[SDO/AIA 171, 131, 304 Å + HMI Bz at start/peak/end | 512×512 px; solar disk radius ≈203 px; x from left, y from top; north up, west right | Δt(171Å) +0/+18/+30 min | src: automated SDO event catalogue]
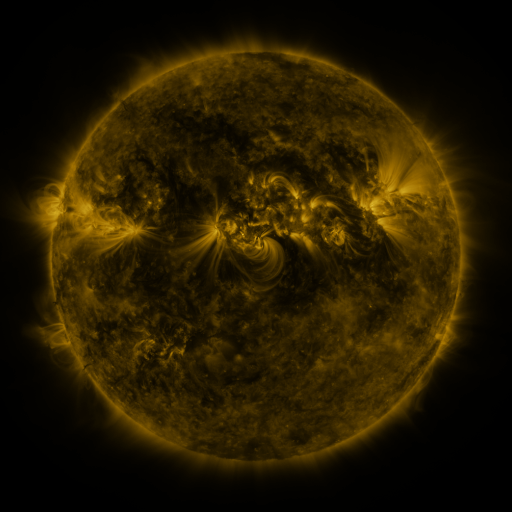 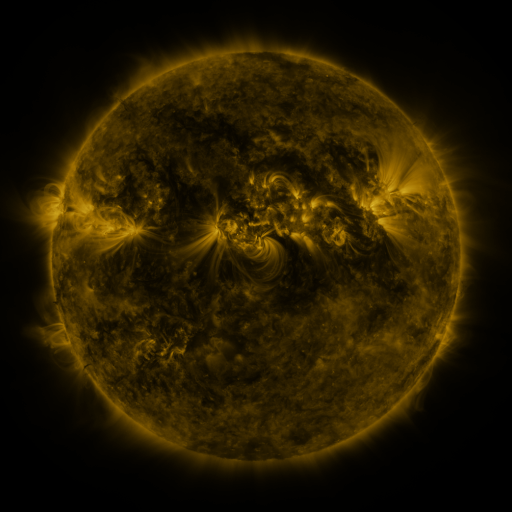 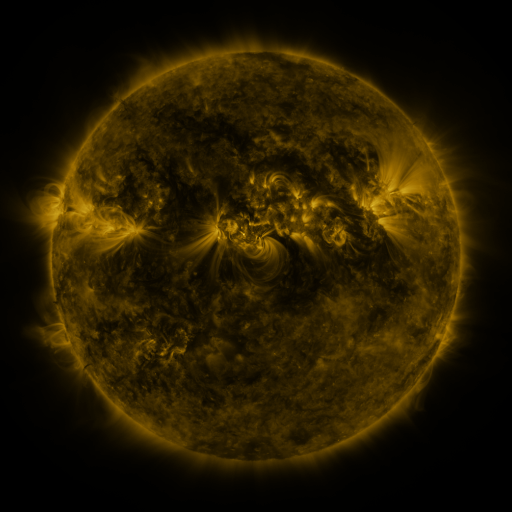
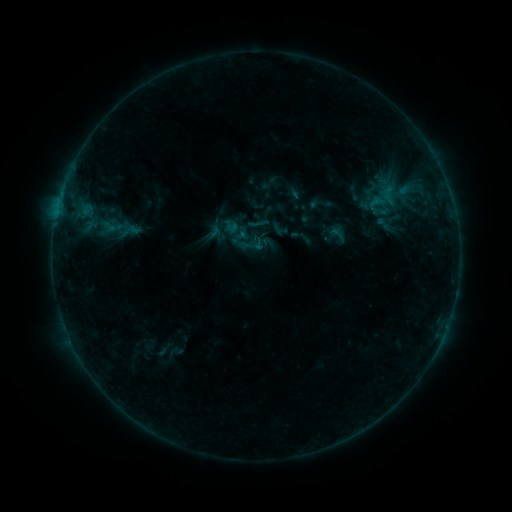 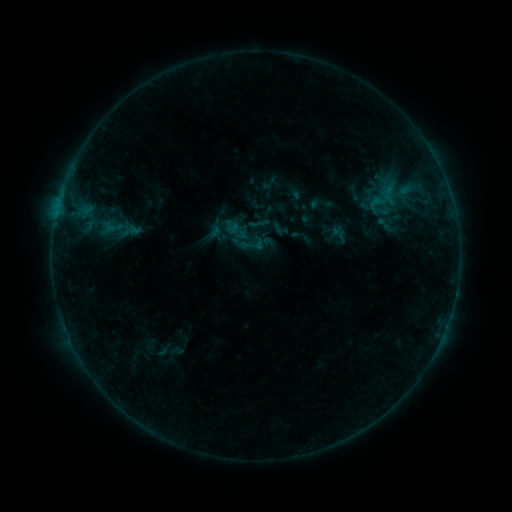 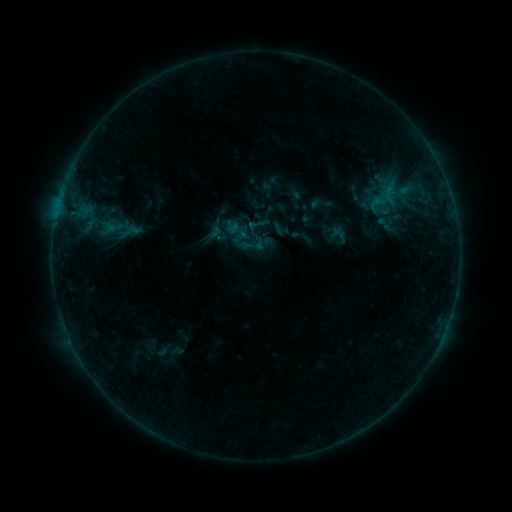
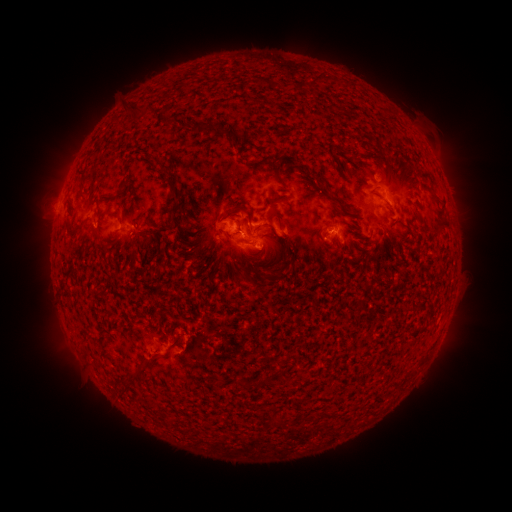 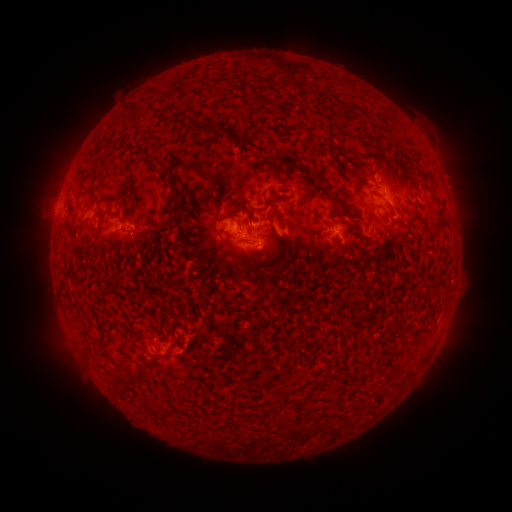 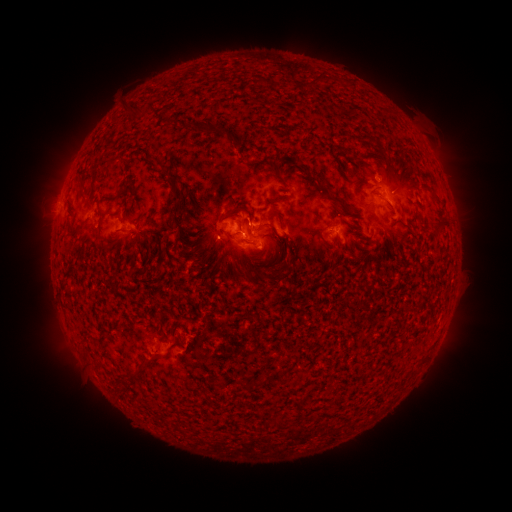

no flare in any classed list; no EUV-trigger detection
